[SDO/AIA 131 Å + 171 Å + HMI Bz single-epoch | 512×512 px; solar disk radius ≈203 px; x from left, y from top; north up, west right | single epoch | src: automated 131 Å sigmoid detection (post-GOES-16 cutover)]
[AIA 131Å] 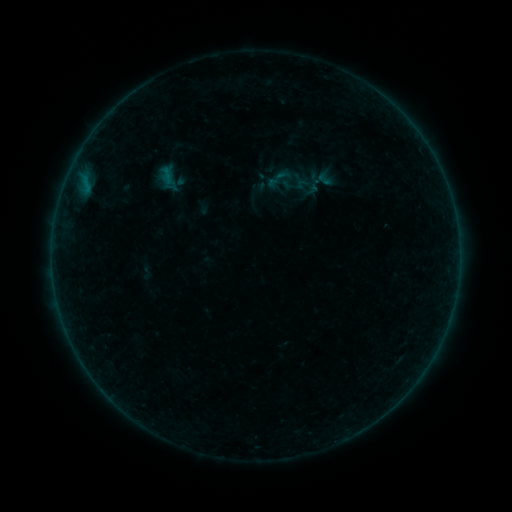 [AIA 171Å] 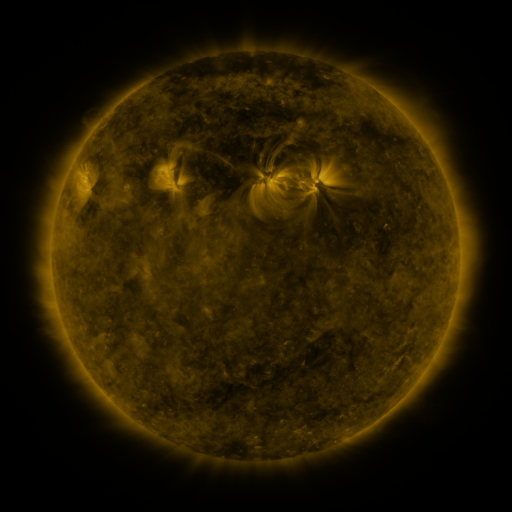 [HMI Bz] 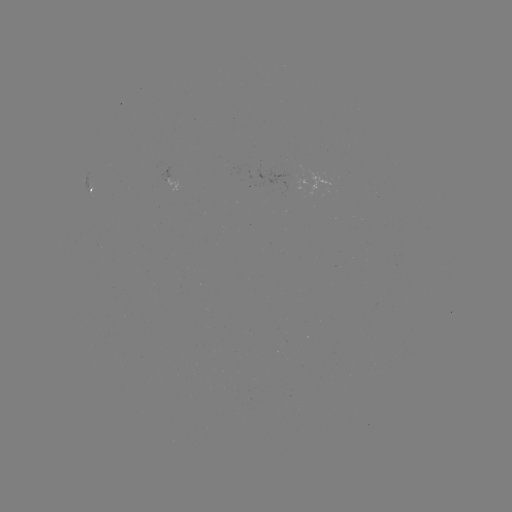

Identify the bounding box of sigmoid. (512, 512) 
[263, 163, 298, 194].